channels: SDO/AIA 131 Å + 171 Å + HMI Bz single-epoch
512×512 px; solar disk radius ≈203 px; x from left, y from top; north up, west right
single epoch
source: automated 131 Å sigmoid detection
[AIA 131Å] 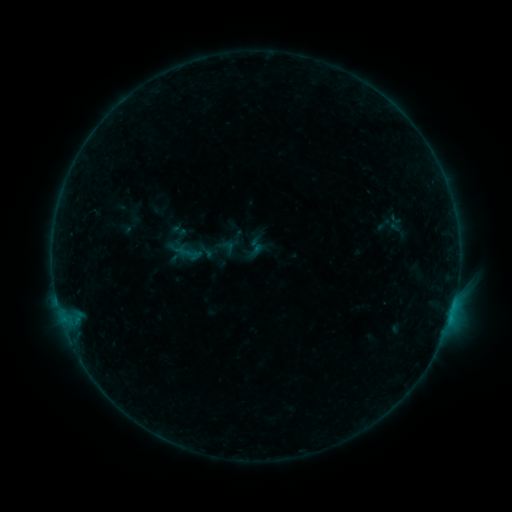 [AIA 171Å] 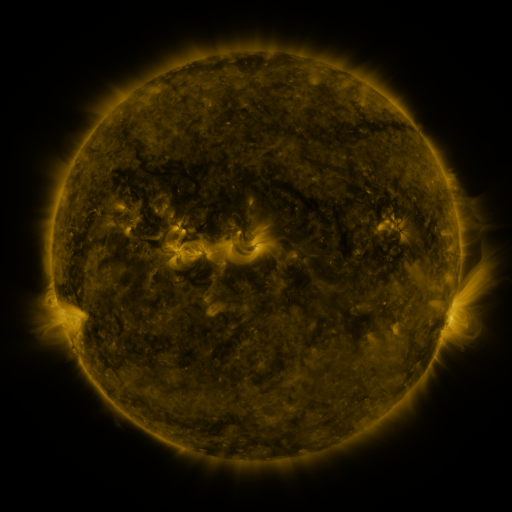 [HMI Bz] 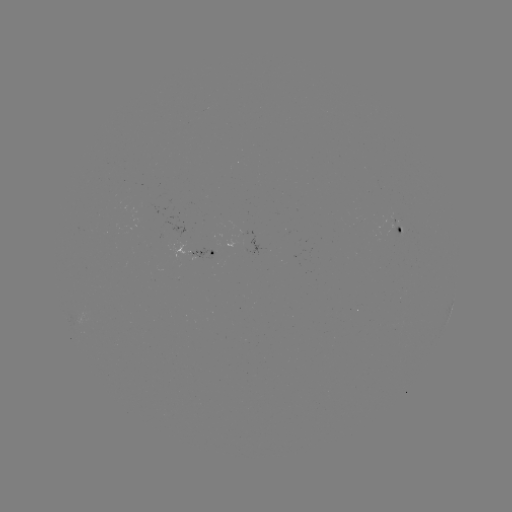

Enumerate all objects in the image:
sigmoid: (173, 236, 204, 269)
